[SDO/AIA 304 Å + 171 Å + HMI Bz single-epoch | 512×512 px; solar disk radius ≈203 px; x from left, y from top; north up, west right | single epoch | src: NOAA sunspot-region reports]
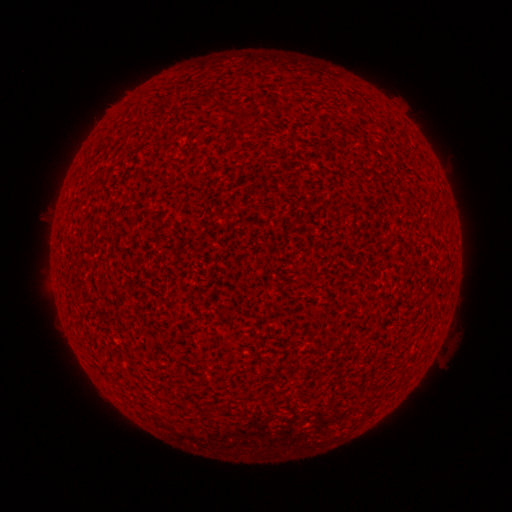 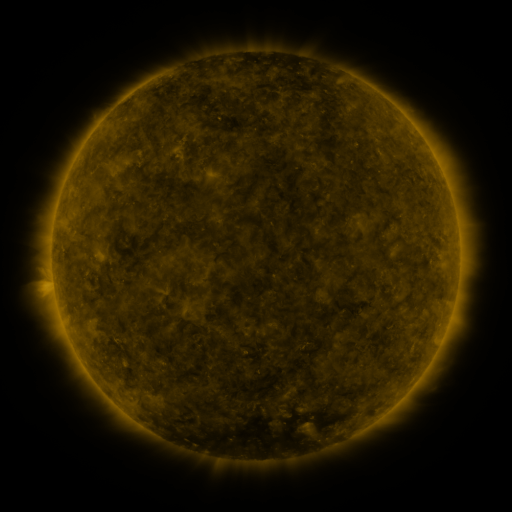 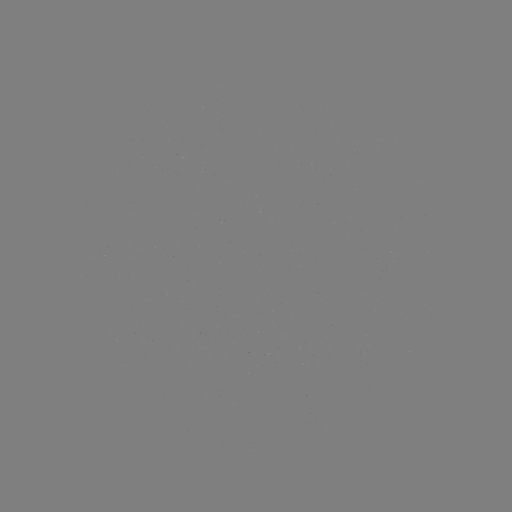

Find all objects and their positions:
(none)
